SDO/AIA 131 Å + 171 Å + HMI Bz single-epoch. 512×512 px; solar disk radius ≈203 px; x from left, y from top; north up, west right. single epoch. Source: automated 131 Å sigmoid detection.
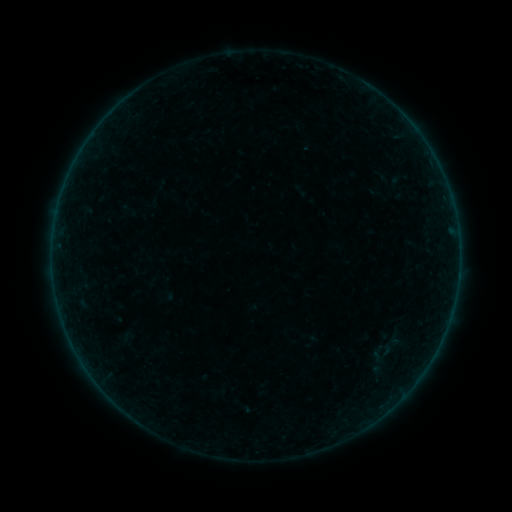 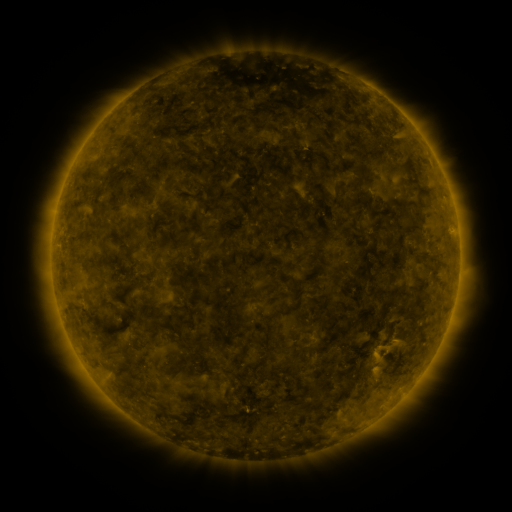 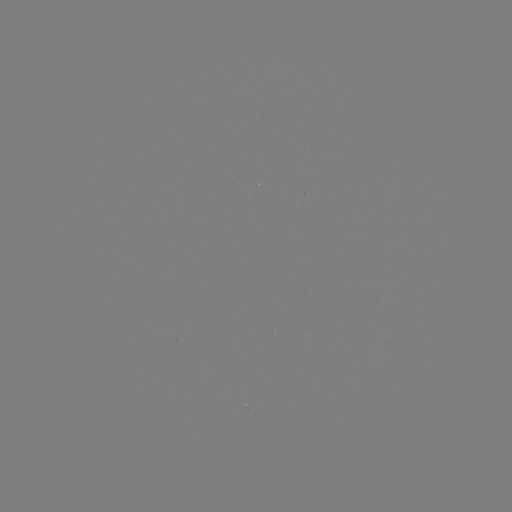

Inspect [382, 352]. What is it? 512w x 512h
sigmoid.